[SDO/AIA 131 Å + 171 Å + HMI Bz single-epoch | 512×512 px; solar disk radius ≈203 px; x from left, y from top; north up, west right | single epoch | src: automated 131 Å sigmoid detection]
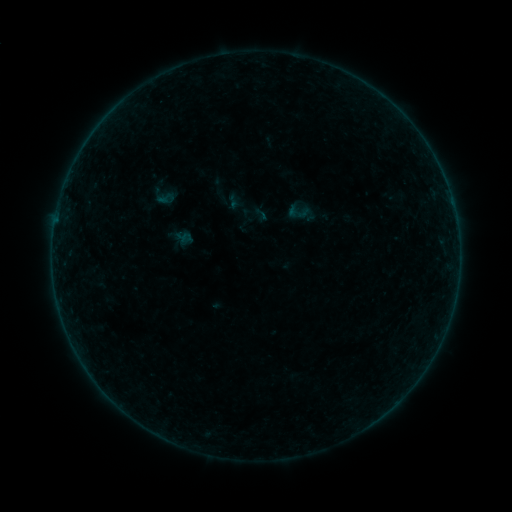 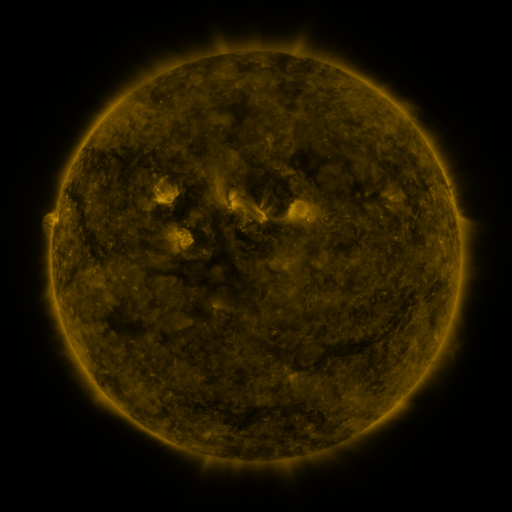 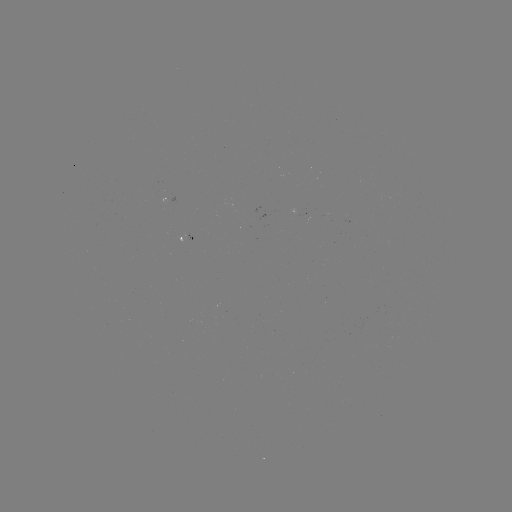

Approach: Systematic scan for sigmoid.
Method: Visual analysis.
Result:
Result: sigmoid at [261, 214].